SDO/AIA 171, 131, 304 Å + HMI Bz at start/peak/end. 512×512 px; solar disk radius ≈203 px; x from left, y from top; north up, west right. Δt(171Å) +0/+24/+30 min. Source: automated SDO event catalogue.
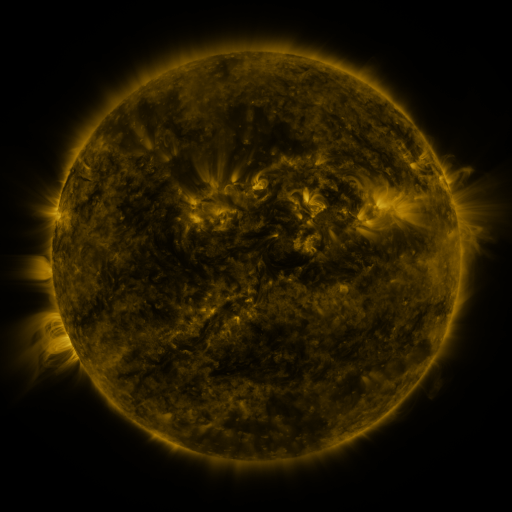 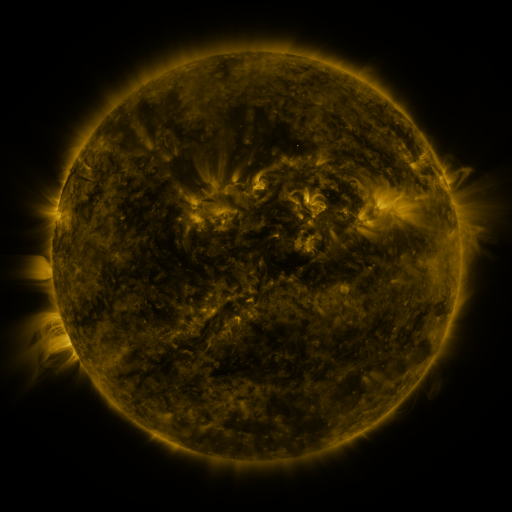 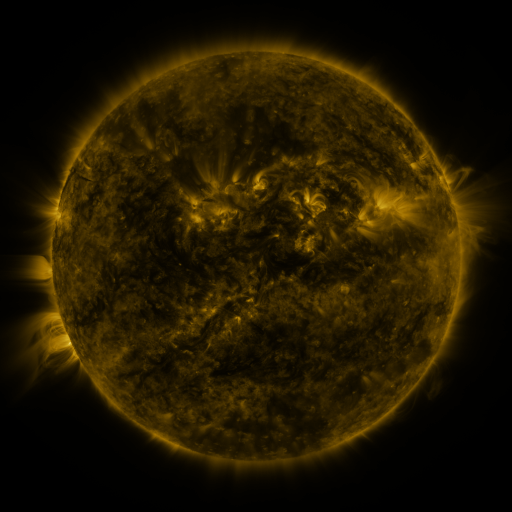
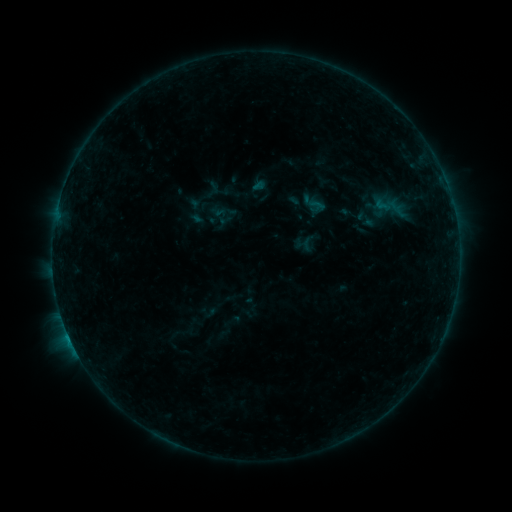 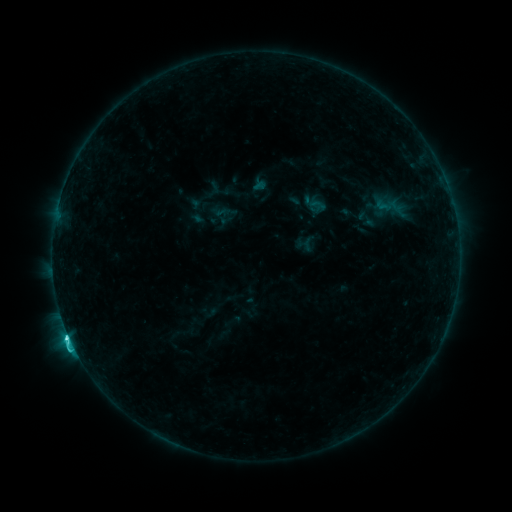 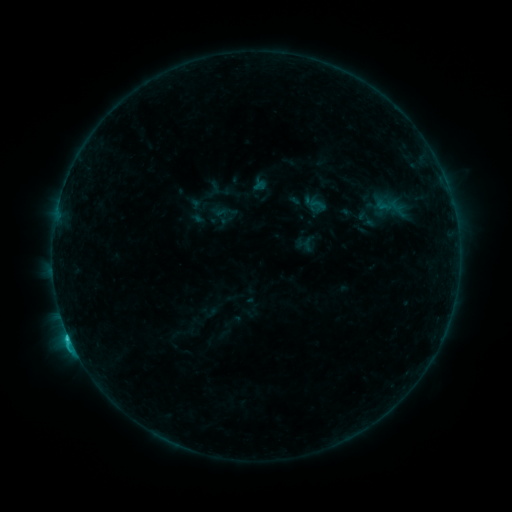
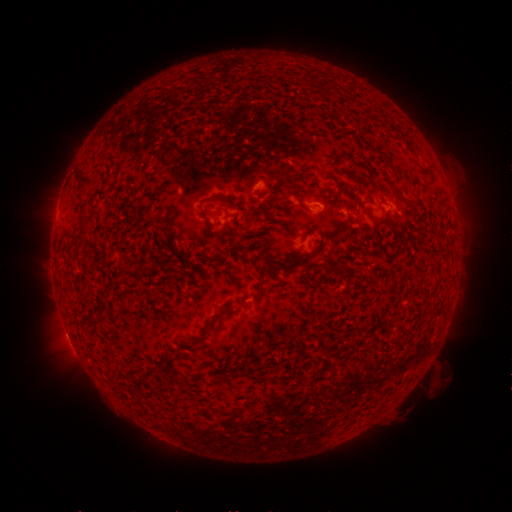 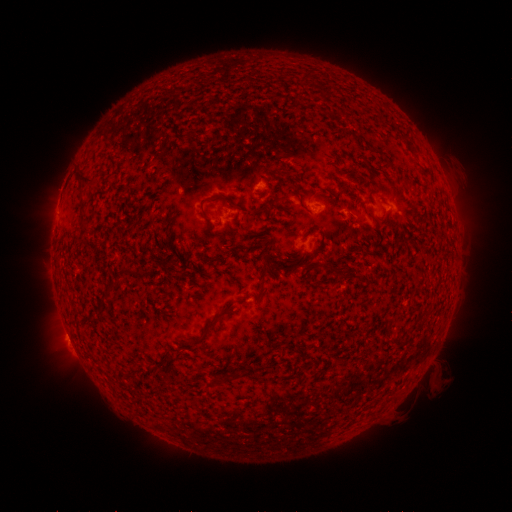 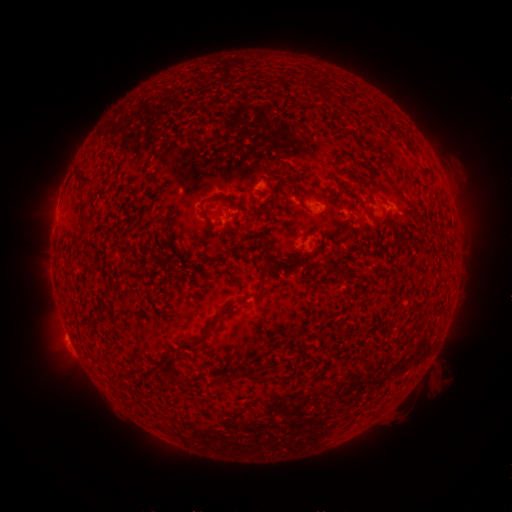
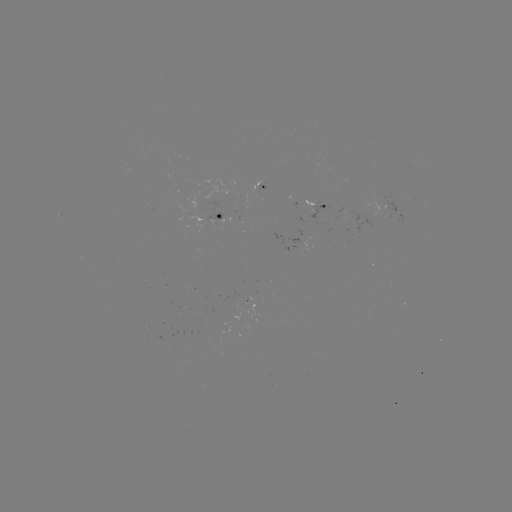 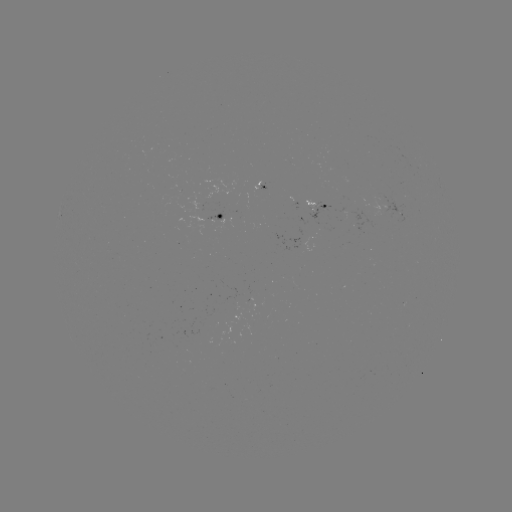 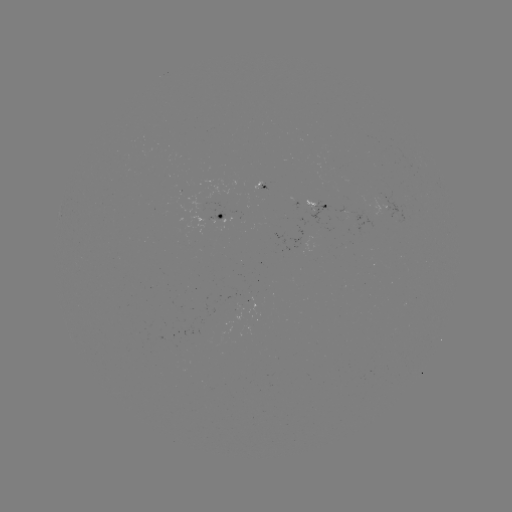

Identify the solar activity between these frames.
C2.7 flare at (69, 333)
